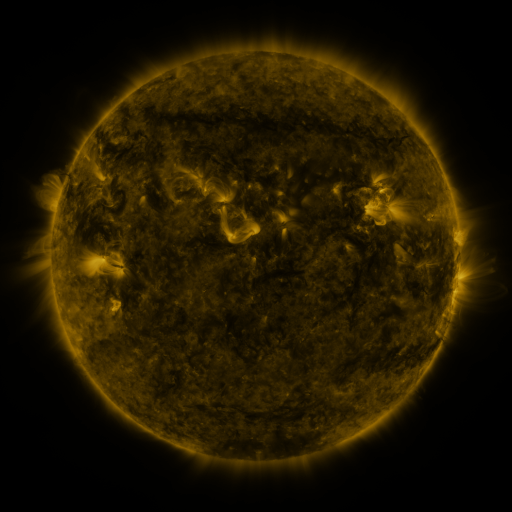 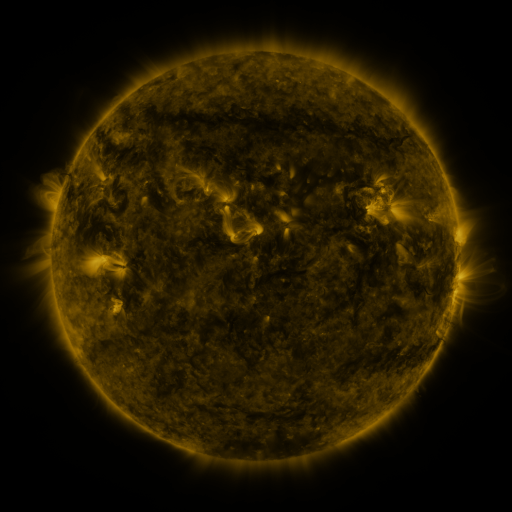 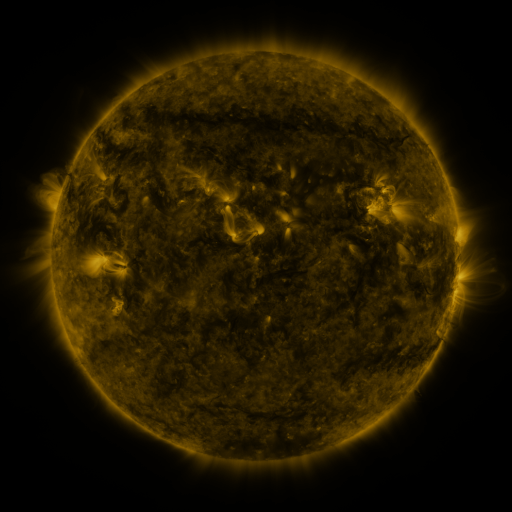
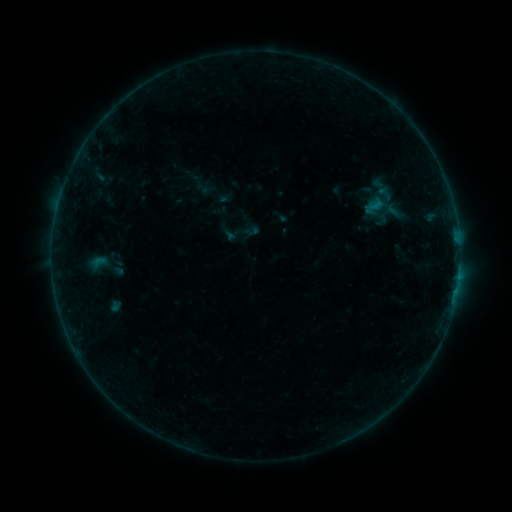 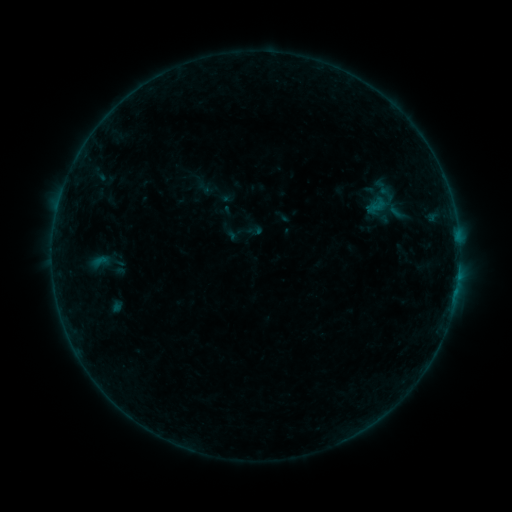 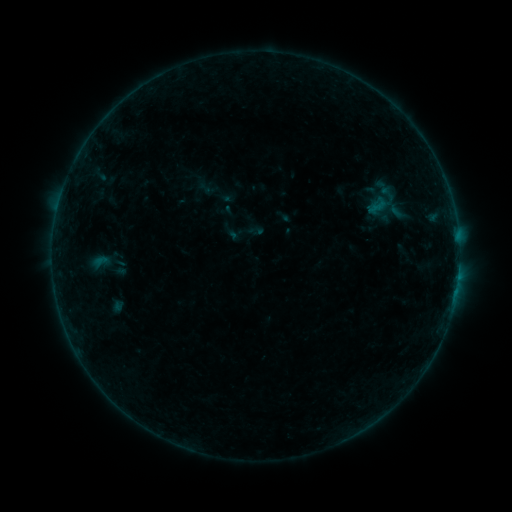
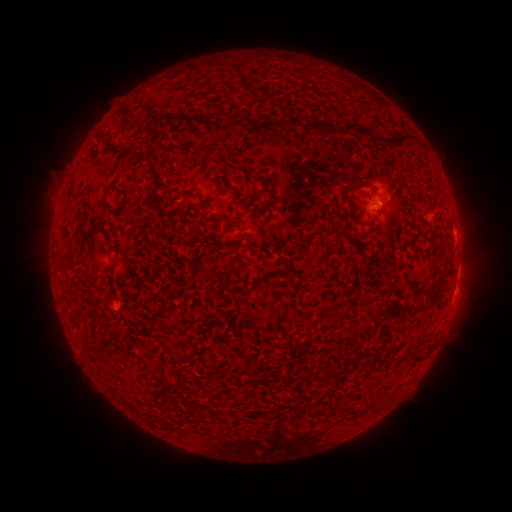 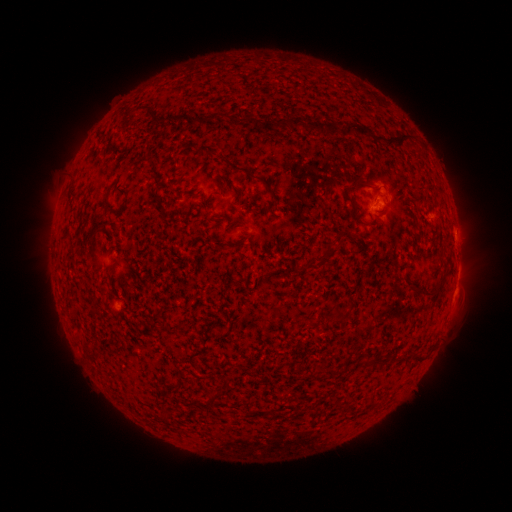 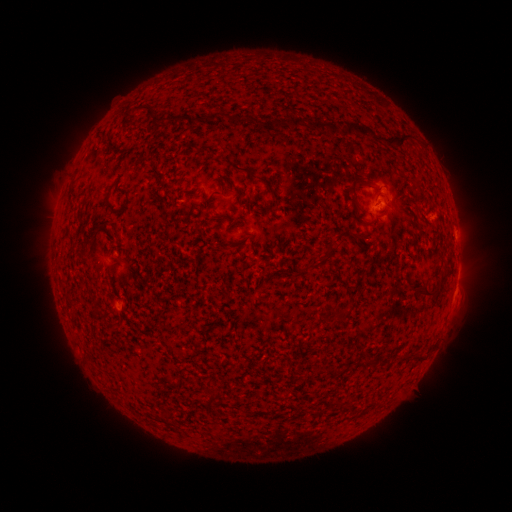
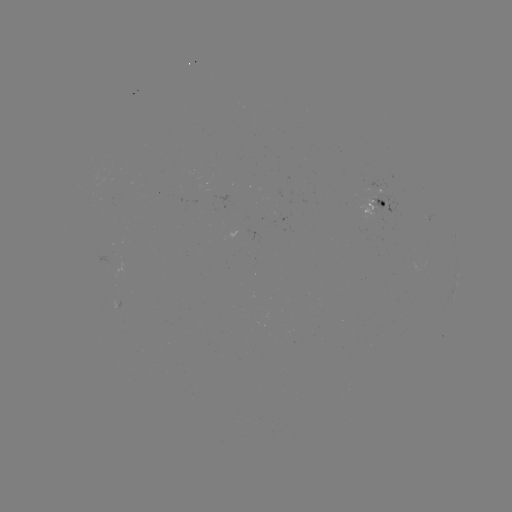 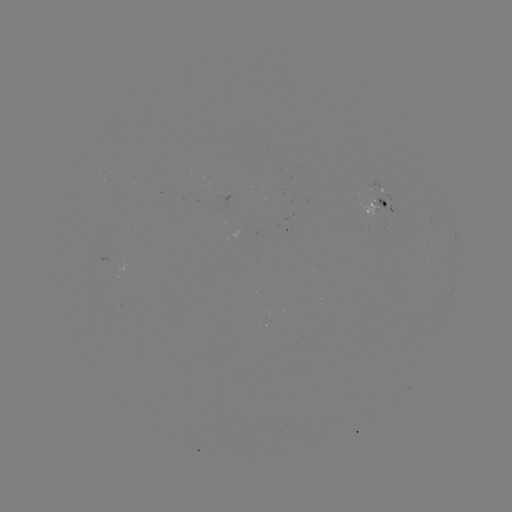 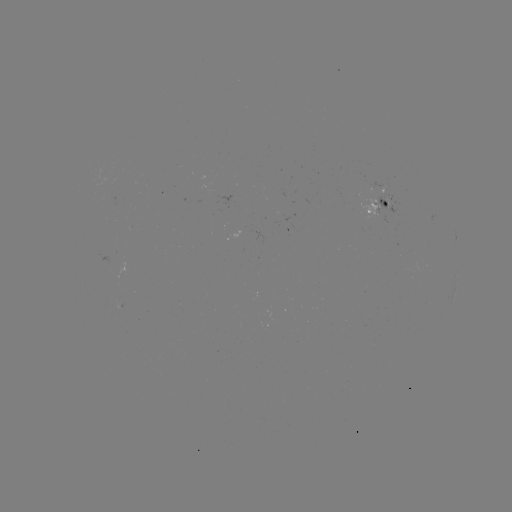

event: emerging-flux region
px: (373, 208)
